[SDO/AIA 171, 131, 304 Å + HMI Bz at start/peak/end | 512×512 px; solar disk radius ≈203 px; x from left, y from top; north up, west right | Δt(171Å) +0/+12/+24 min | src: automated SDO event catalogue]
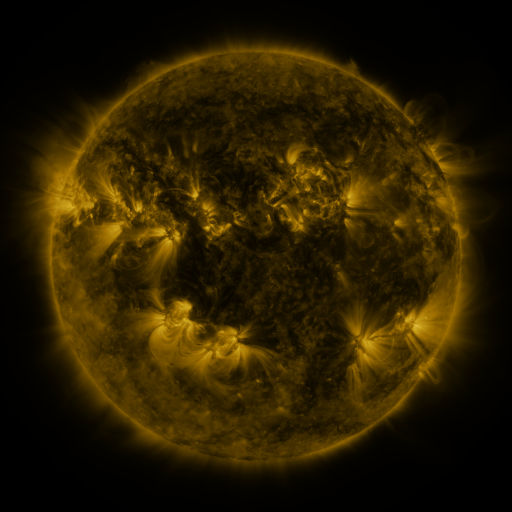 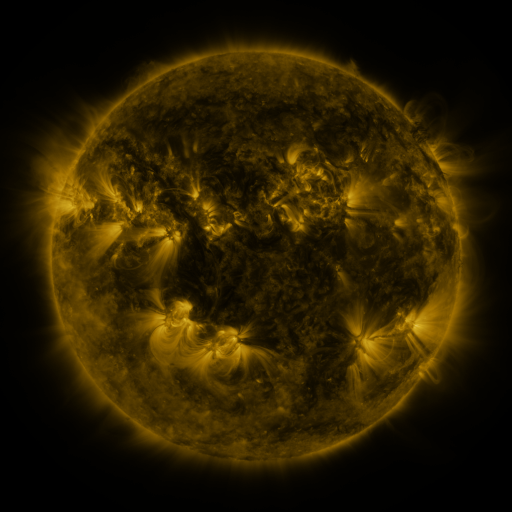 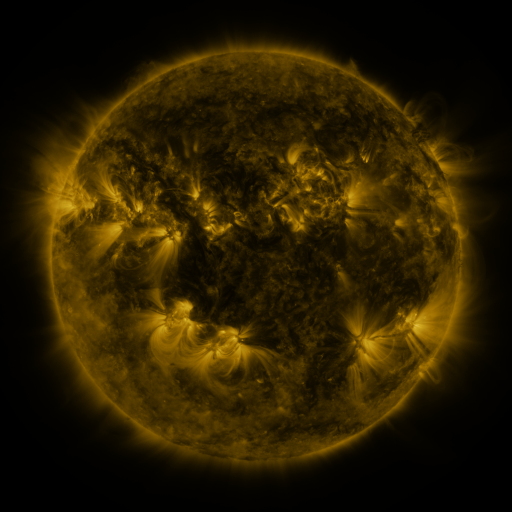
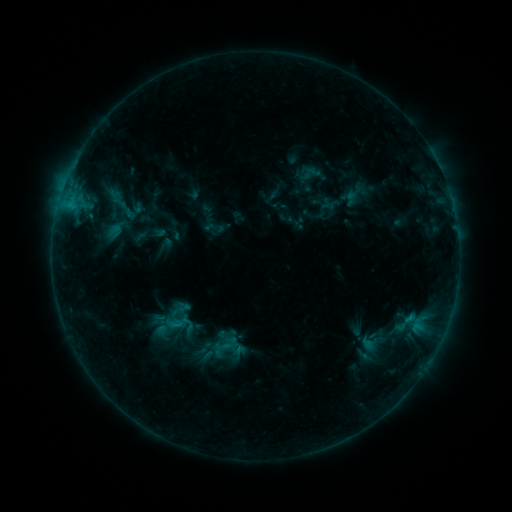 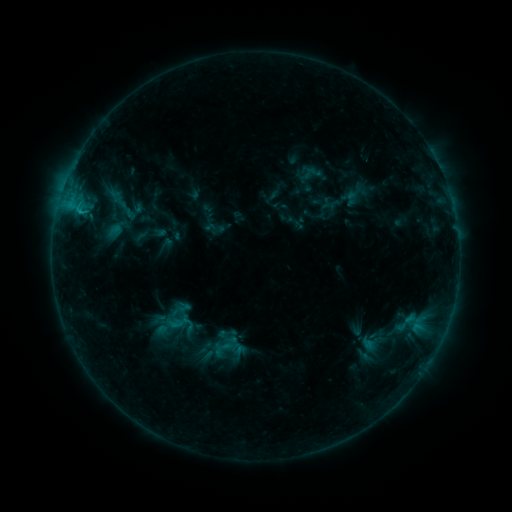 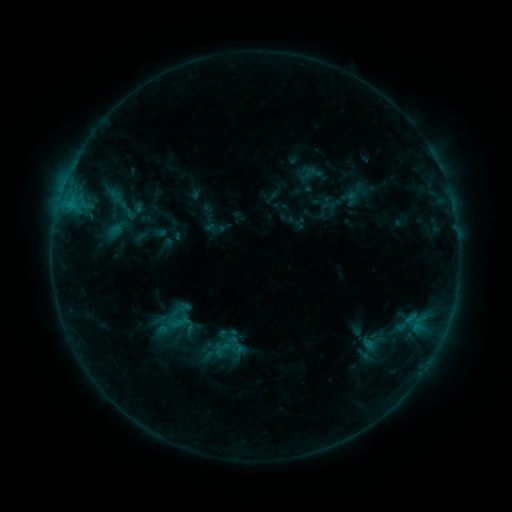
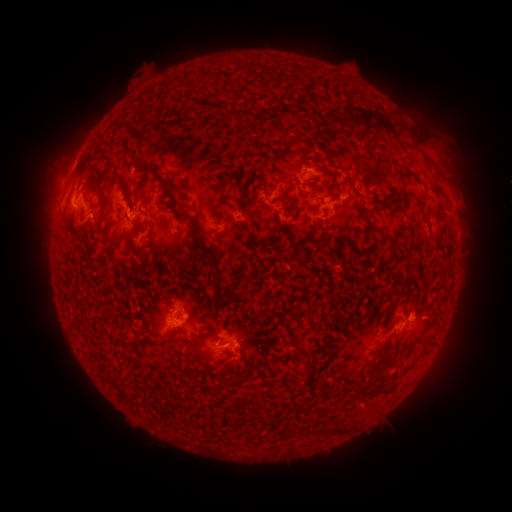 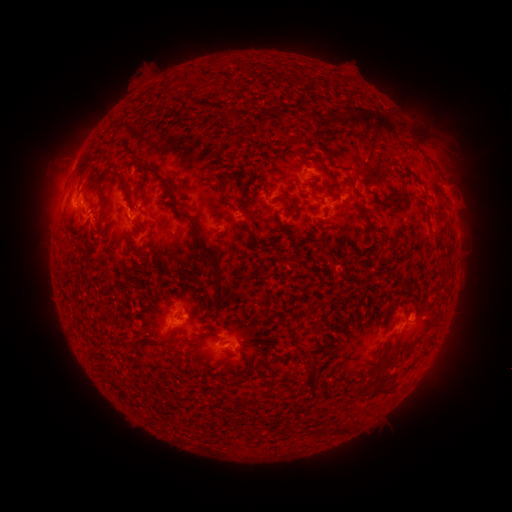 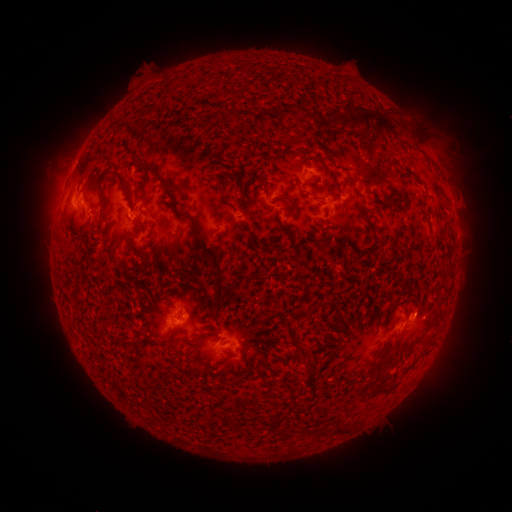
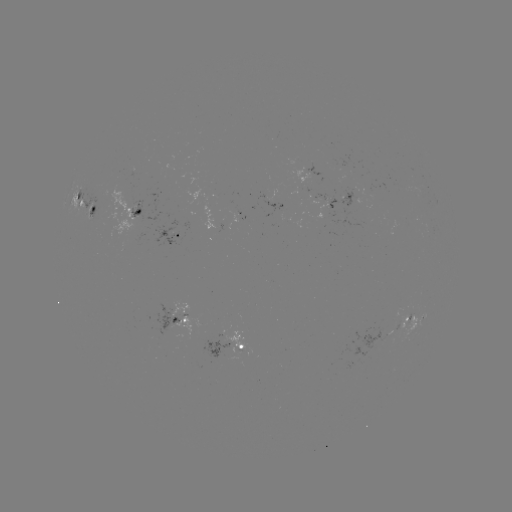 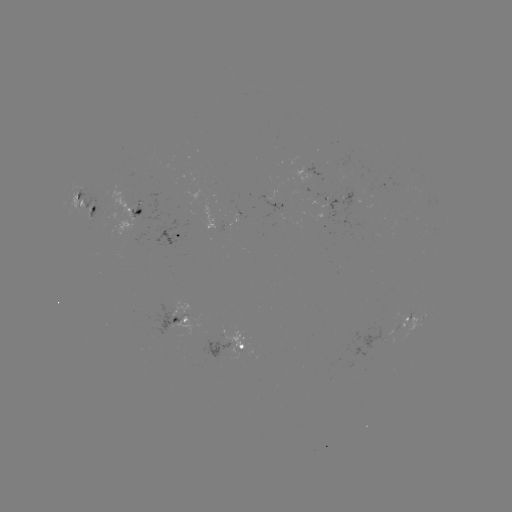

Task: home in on B8.1 flare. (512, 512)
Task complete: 82,213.